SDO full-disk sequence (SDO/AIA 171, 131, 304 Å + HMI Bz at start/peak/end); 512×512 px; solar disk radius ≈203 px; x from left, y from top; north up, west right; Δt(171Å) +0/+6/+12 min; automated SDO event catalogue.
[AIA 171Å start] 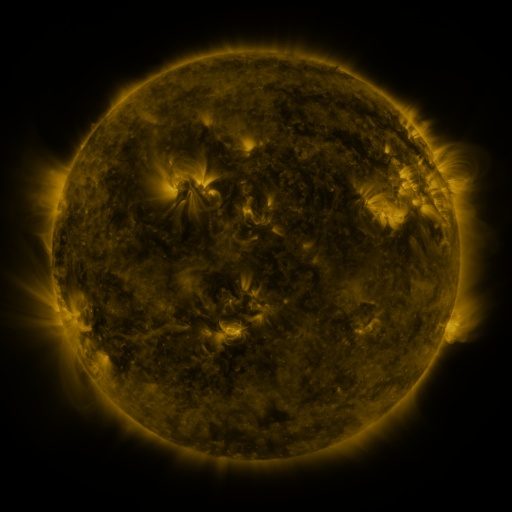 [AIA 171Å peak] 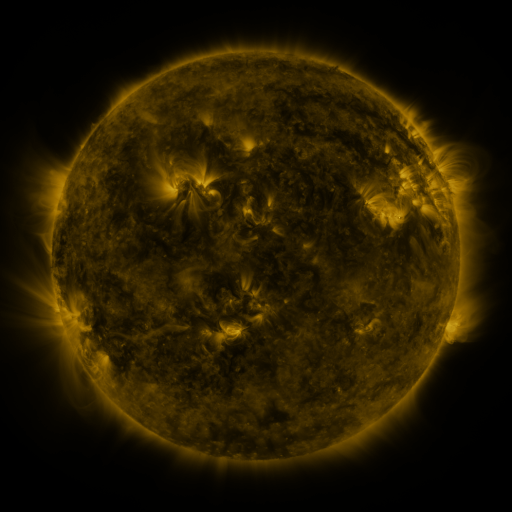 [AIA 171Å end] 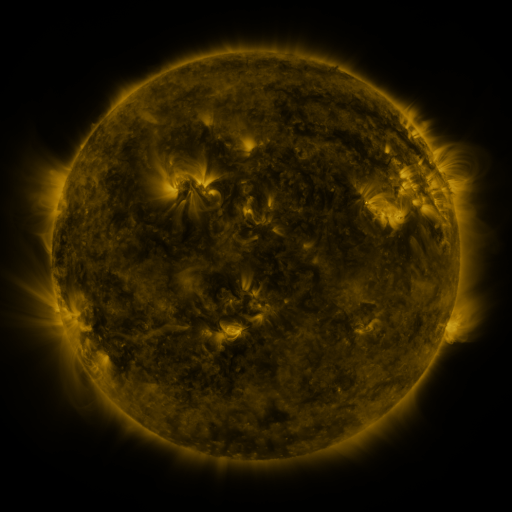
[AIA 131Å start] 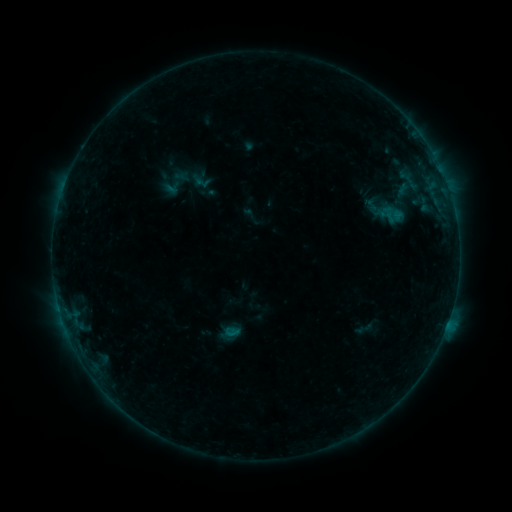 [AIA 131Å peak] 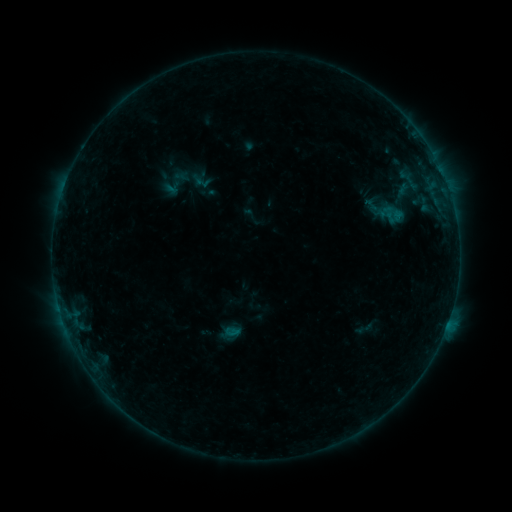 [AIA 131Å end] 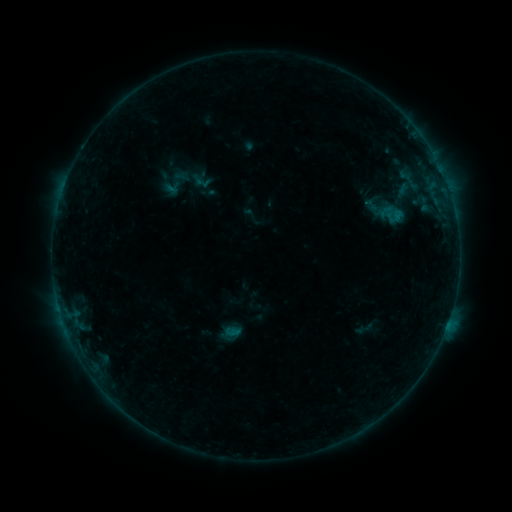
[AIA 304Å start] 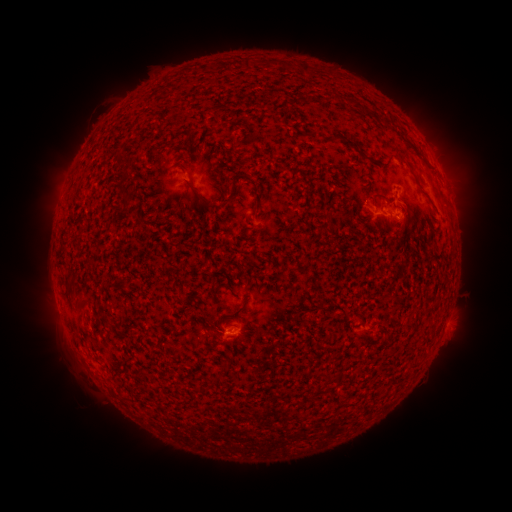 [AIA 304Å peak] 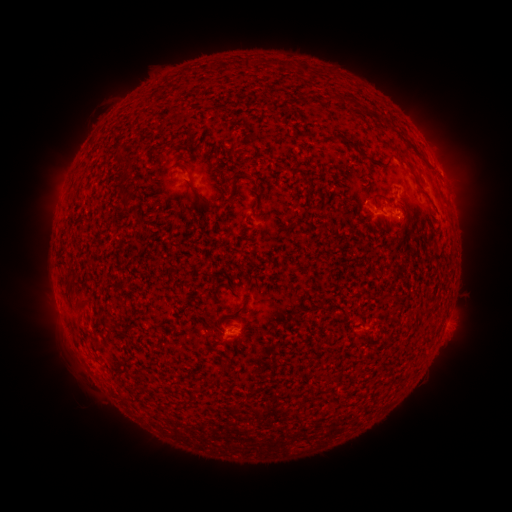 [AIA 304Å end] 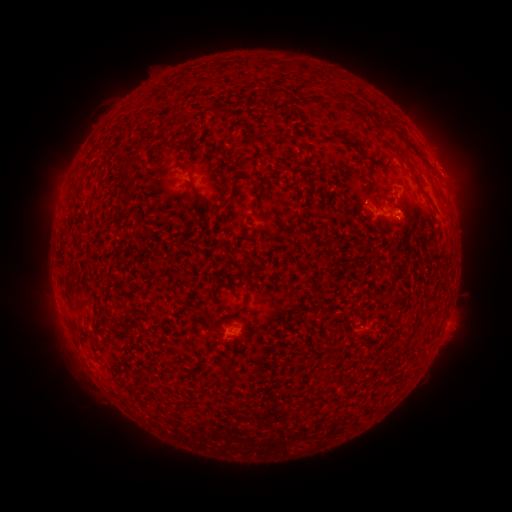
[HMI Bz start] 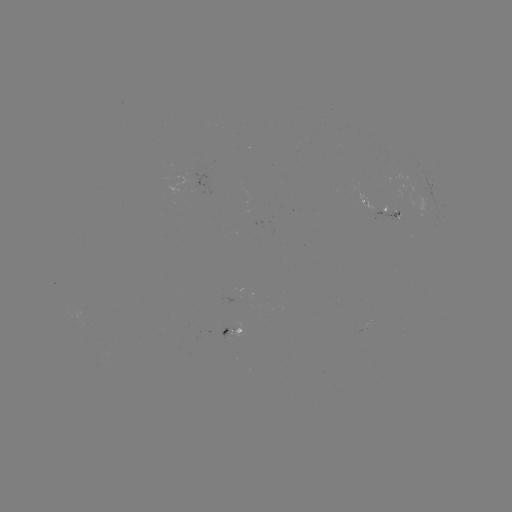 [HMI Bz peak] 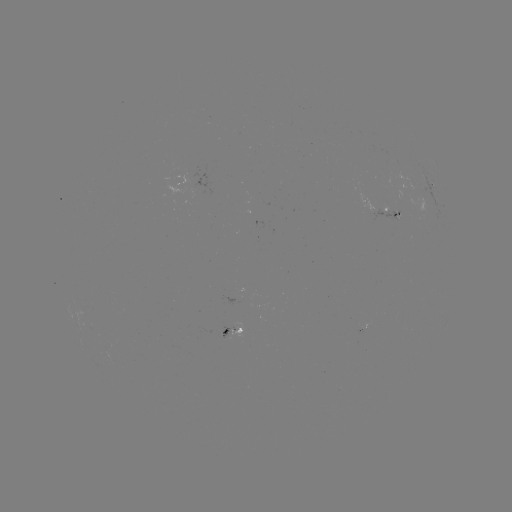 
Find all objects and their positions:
eruption: (453, 166)
